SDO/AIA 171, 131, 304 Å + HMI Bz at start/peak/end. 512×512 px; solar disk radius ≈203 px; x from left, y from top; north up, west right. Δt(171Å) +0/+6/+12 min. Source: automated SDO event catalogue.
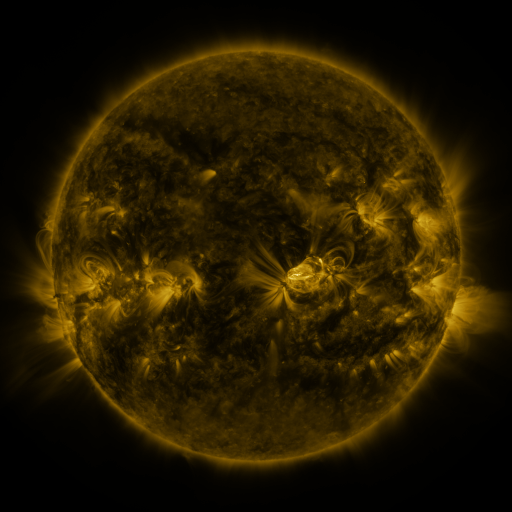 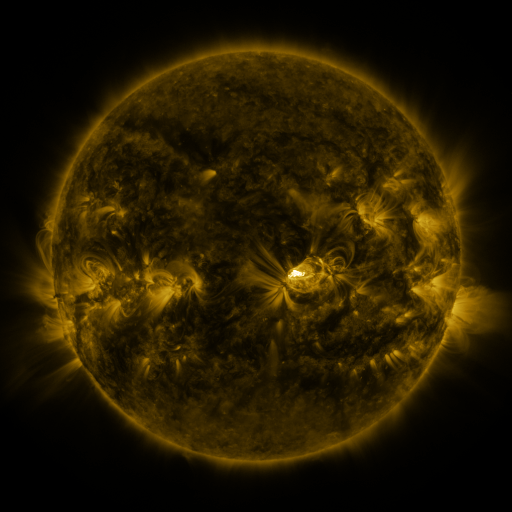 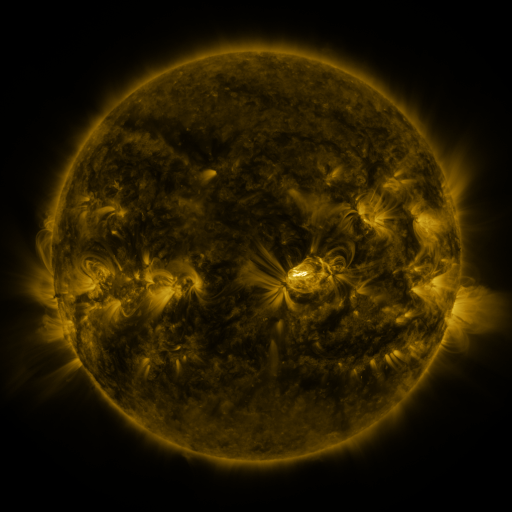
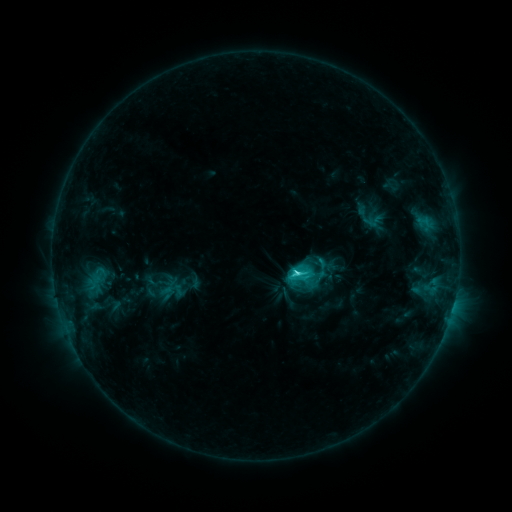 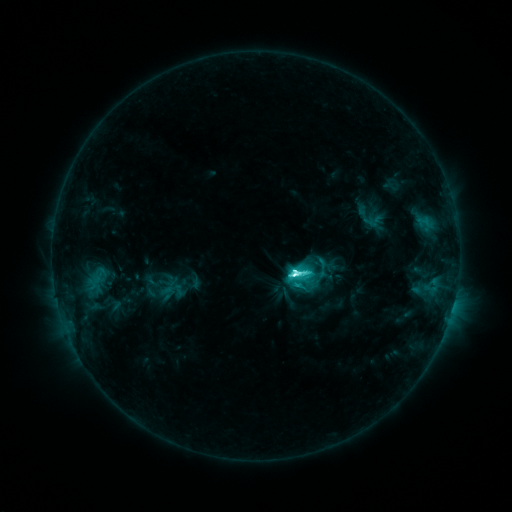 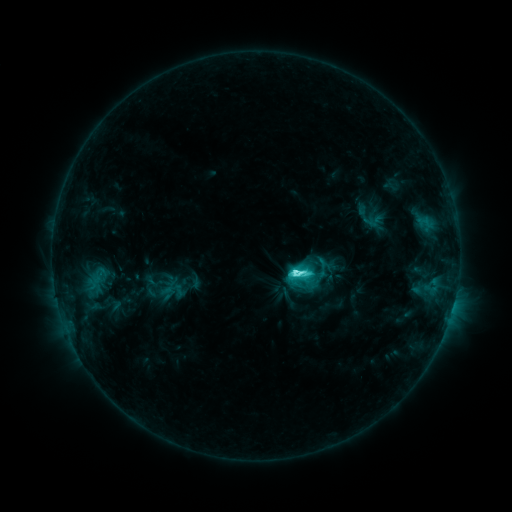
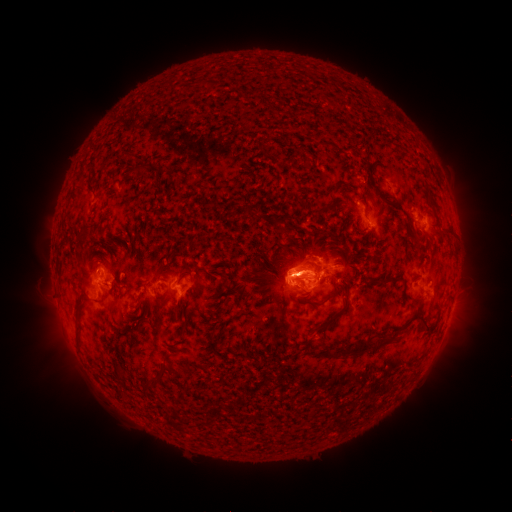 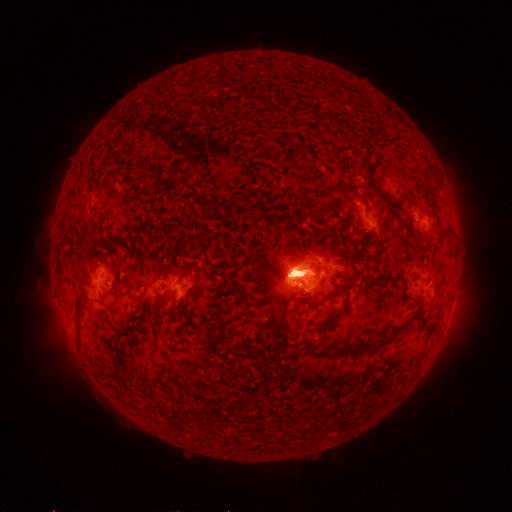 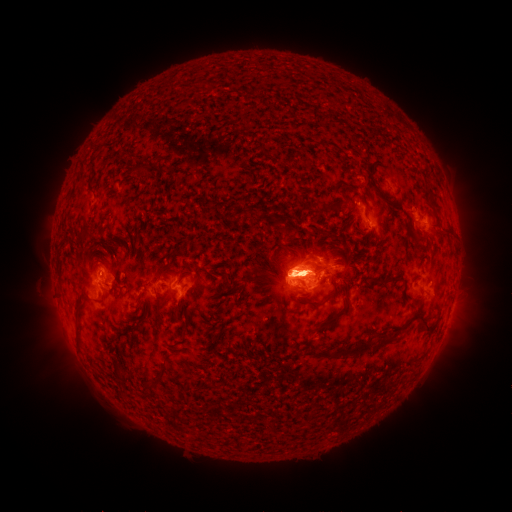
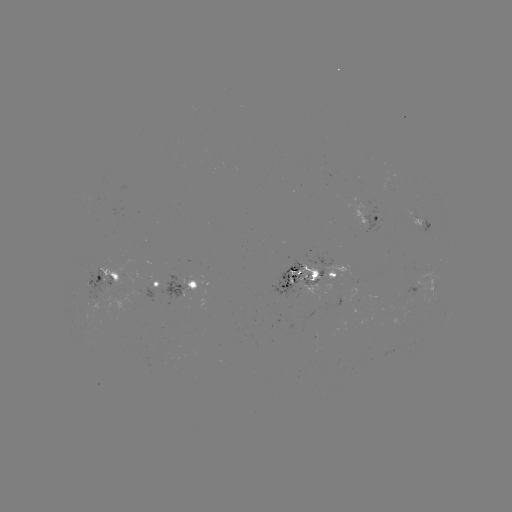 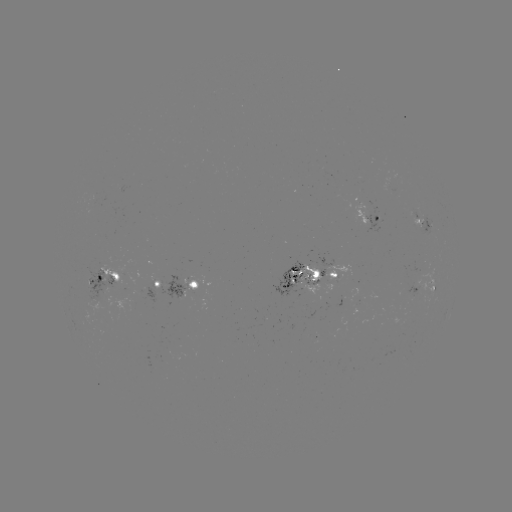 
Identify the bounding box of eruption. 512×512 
[417, 183, 479, 386].